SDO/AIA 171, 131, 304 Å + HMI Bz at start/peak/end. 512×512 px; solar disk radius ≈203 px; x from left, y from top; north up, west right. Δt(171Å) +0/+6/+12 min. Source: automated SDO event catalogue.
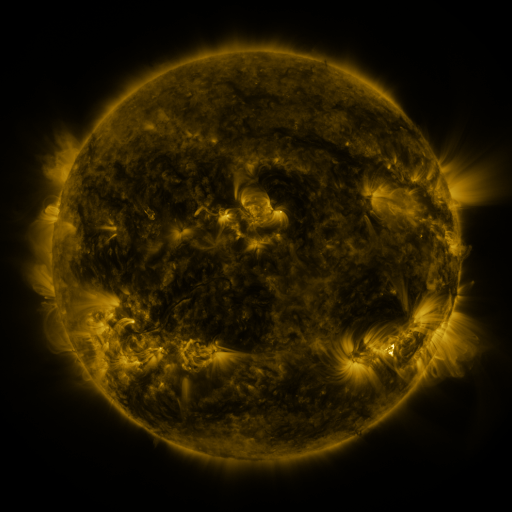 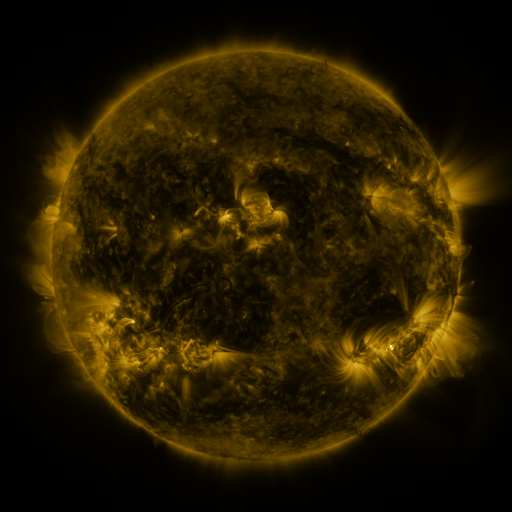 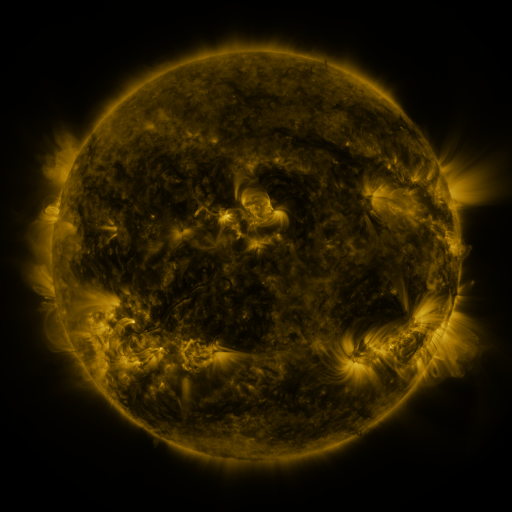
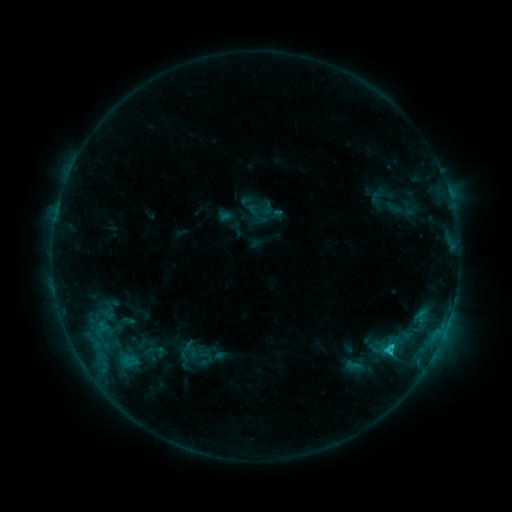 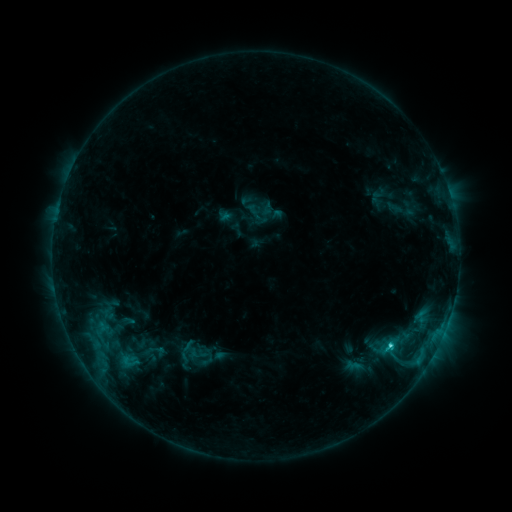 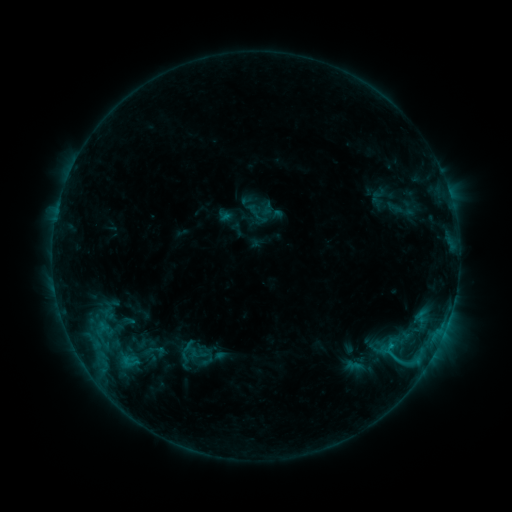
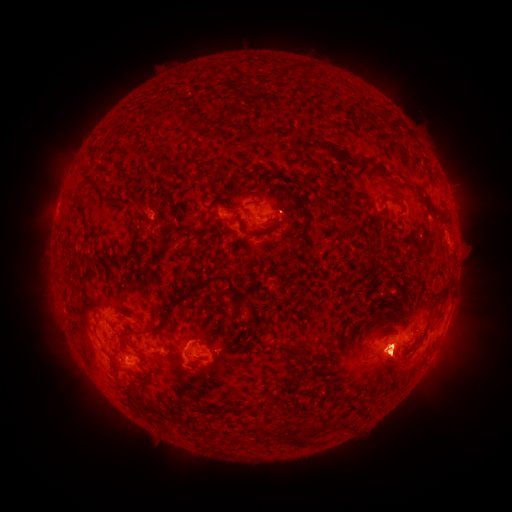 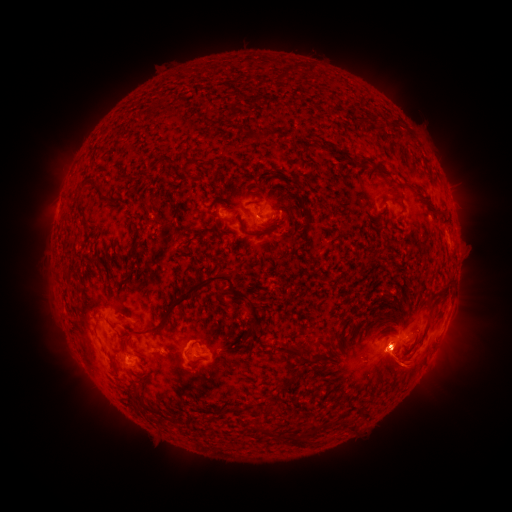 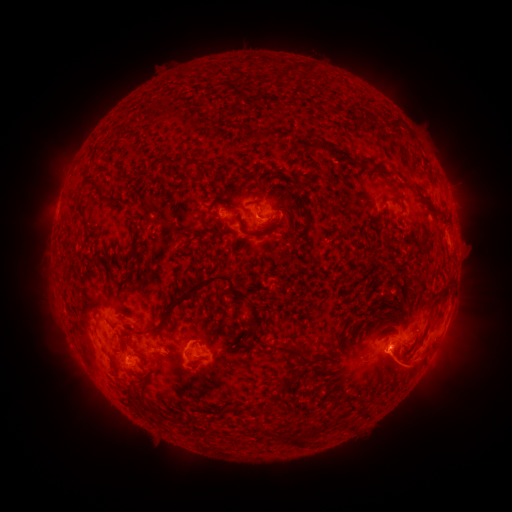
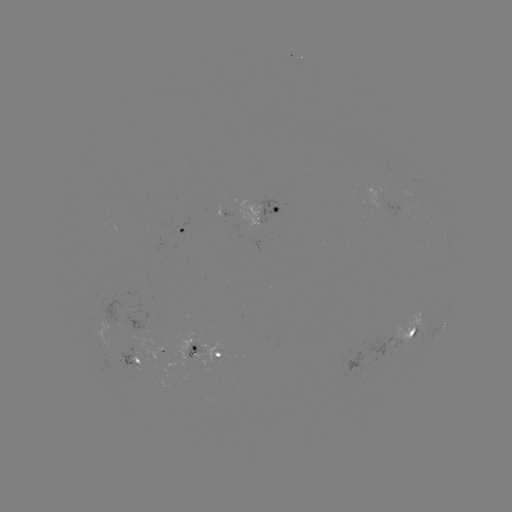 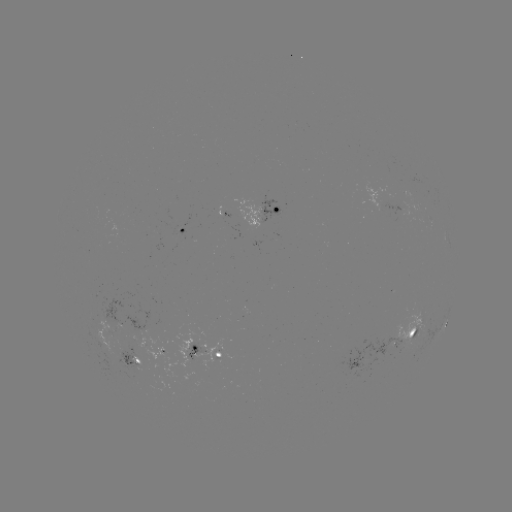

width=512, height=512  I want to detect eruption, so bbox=[309, 306, 499, 431].